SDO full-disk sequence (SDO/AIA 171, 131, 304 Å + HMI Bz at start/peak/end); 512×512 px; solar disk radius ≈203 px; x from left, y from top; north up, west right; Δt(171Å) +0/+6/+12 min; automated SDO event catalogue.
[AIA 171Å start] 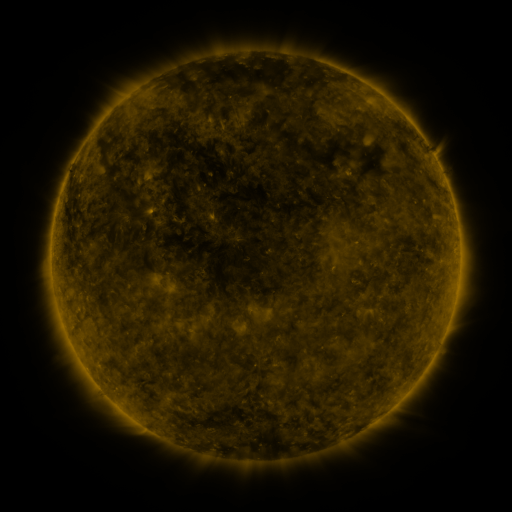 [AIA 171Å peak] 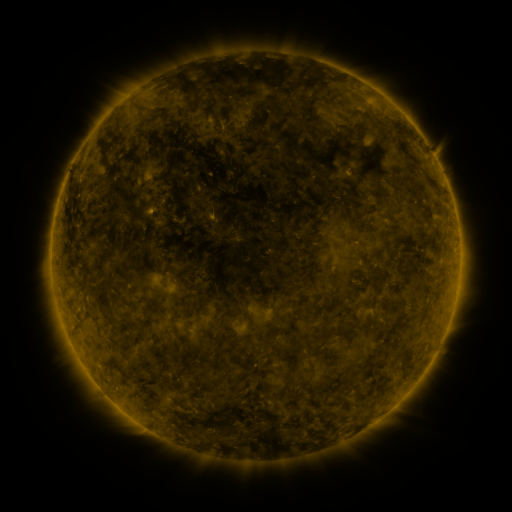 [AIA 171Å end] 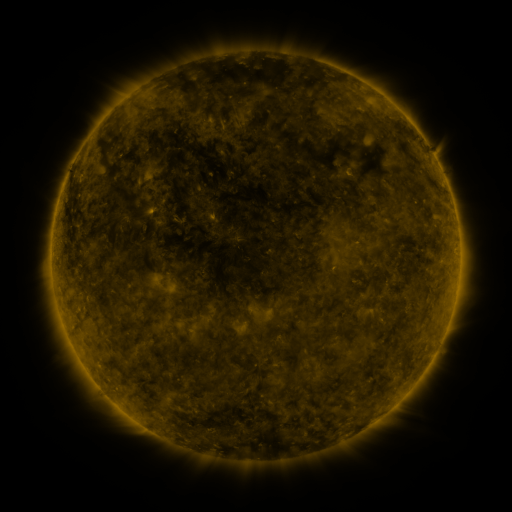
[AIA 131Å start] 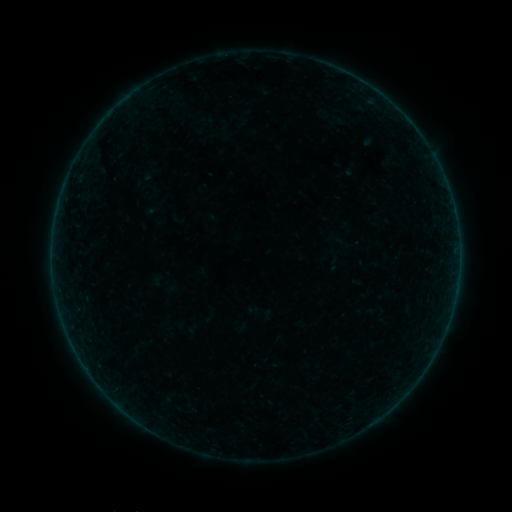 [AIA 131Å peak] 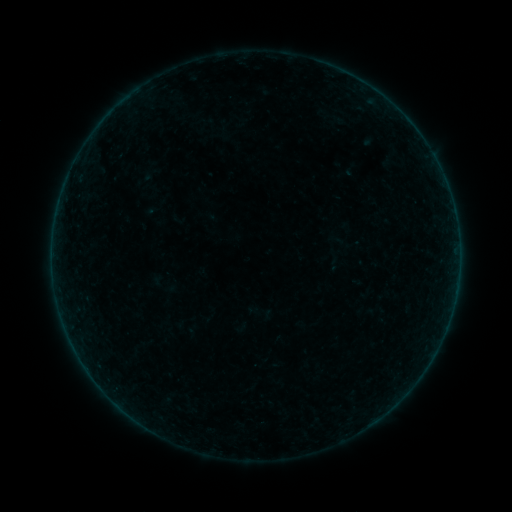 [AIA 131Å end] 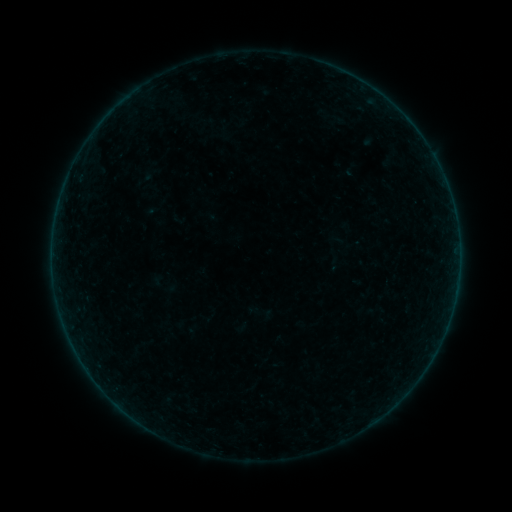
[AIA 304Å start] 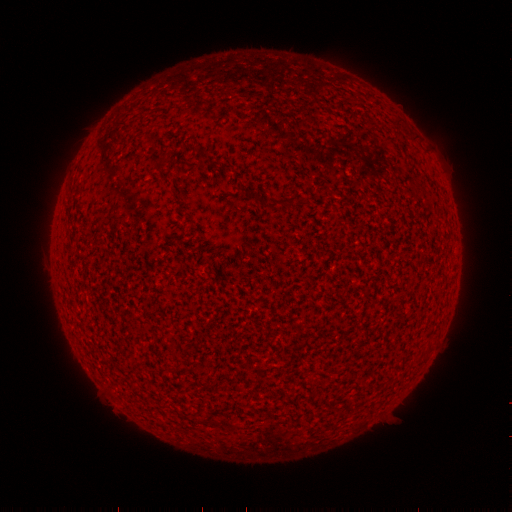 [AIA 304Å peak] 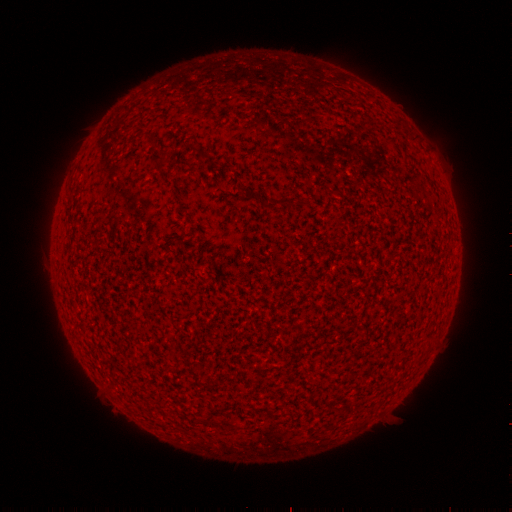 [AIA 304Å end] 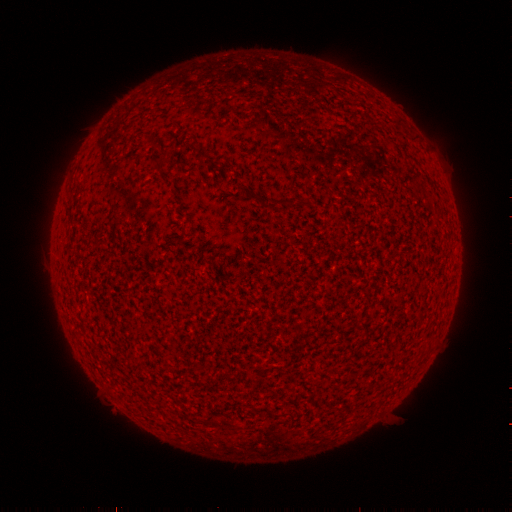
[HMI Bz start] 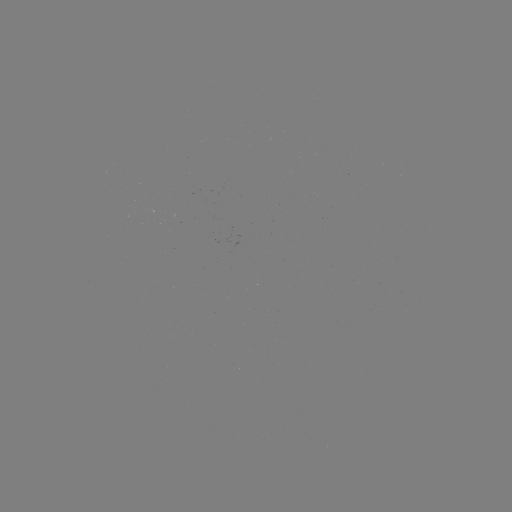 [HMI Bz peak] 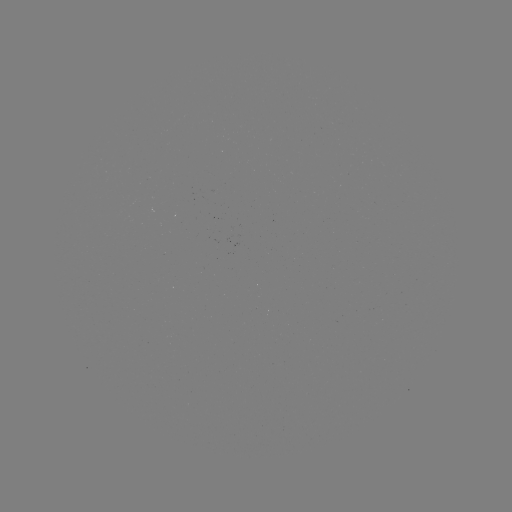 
no classed flare was catalogued and no EUV brightening was flagged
